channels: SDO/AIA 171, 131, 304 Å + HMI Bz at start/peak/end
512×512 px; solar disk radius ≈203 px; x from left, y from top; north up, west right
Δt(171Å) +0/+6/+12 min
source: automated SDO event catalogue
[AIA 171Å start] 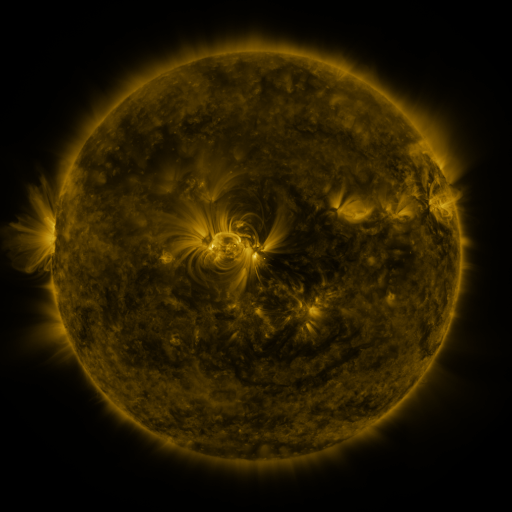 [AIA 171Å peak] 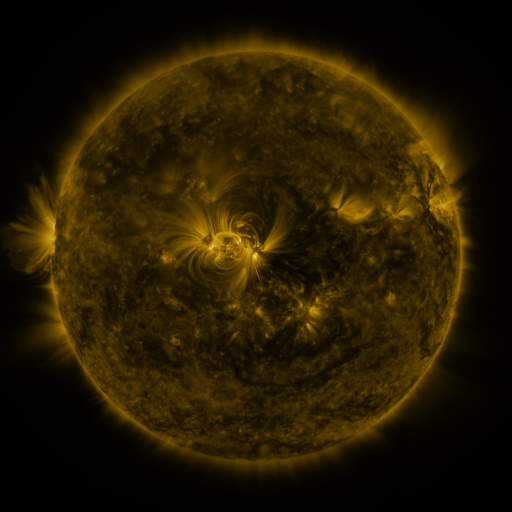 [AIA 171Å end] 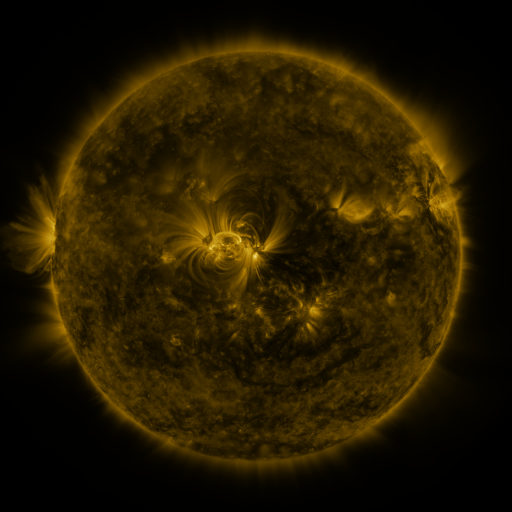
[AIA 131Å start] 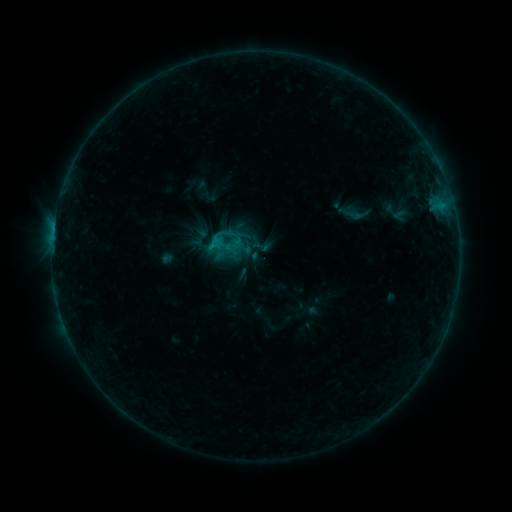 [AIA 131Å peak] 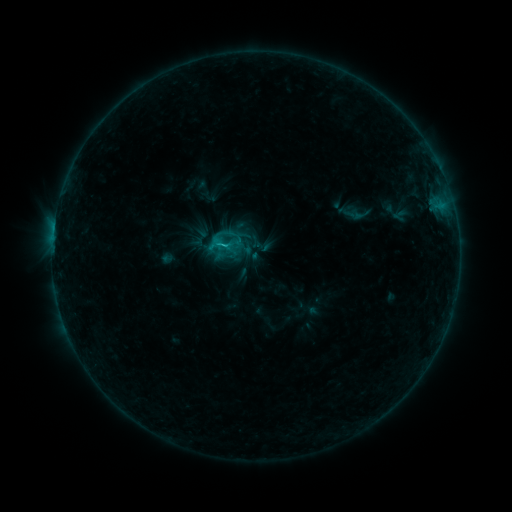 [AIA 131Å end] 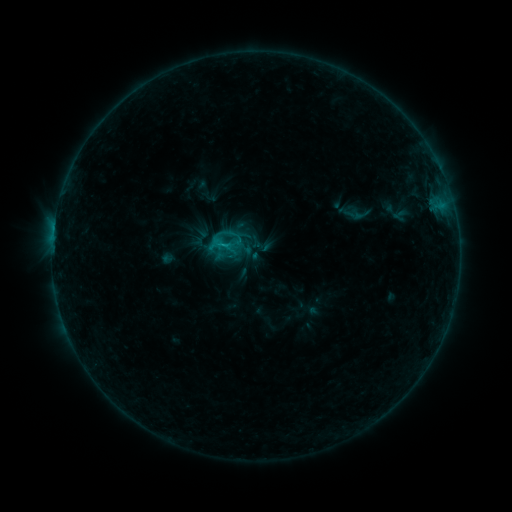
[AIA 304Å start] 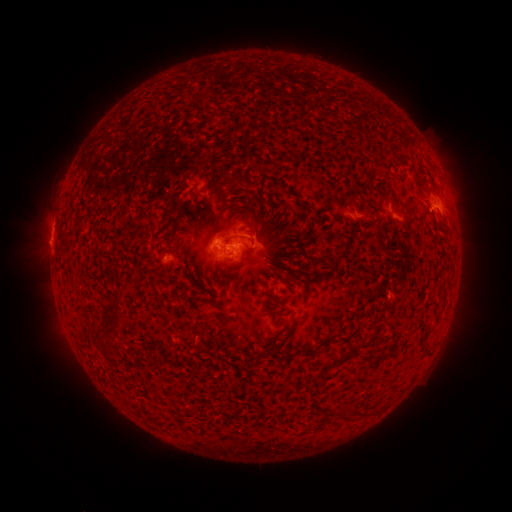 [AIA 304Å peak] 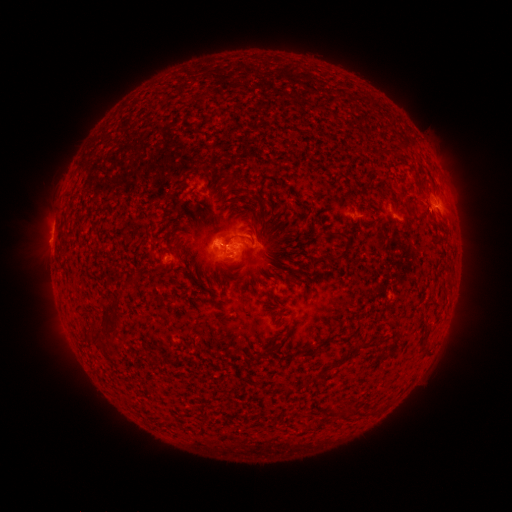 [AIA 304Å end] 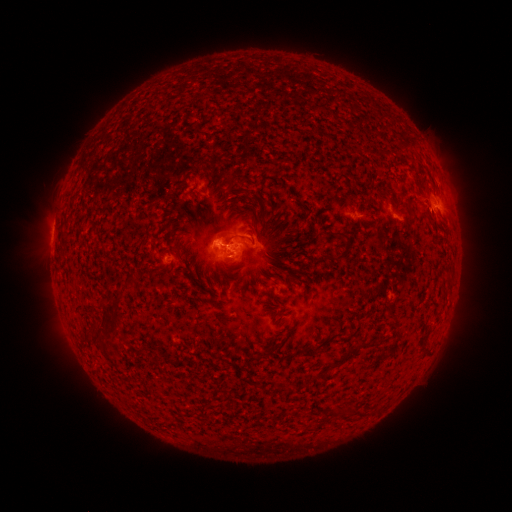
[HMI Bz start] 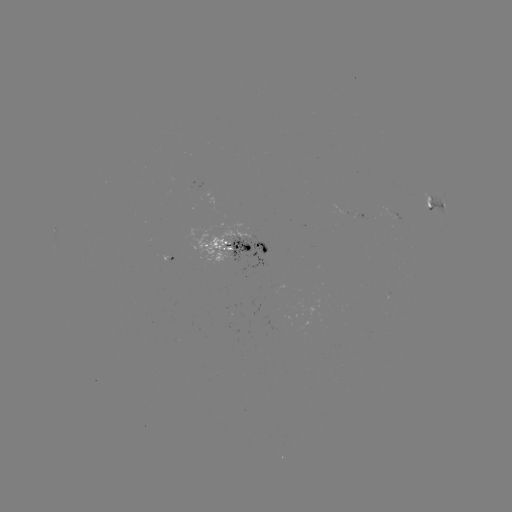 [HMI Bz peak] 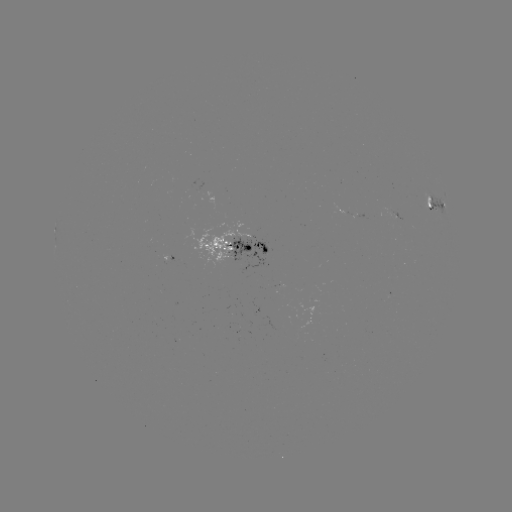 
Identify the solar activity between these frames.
B9.8 flare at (227, 249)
